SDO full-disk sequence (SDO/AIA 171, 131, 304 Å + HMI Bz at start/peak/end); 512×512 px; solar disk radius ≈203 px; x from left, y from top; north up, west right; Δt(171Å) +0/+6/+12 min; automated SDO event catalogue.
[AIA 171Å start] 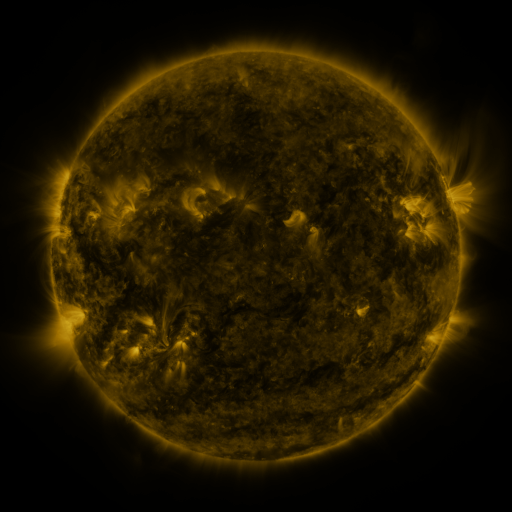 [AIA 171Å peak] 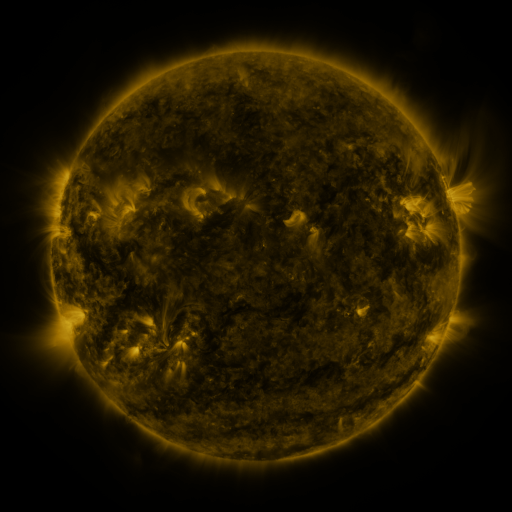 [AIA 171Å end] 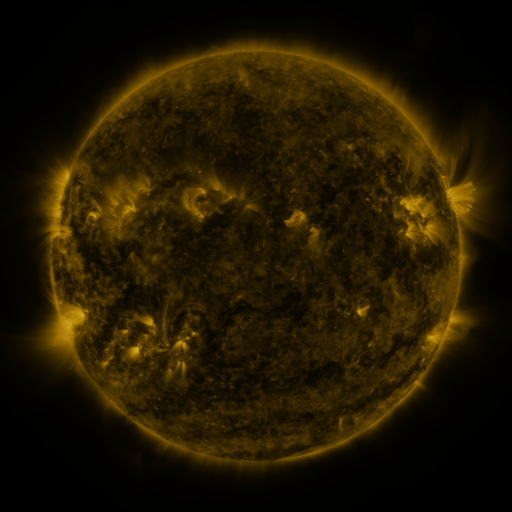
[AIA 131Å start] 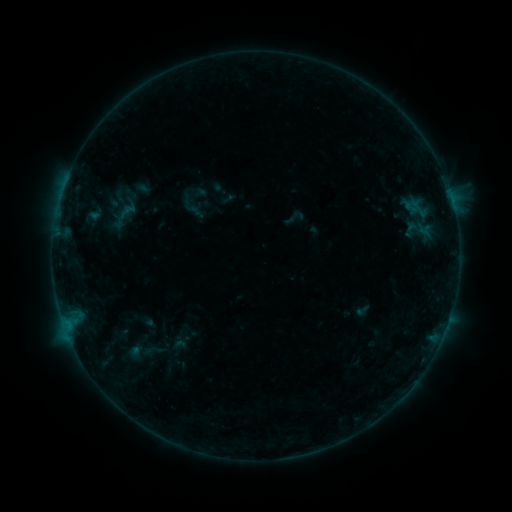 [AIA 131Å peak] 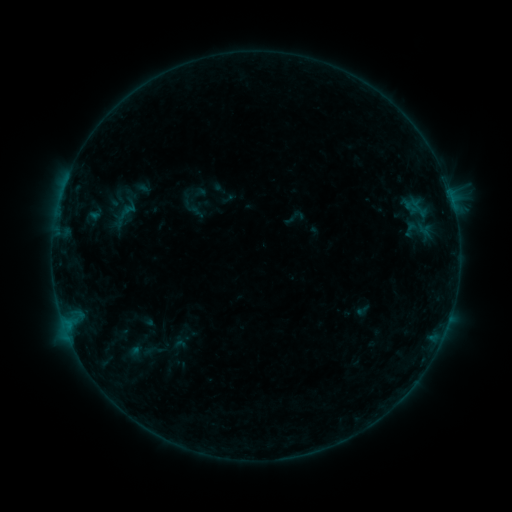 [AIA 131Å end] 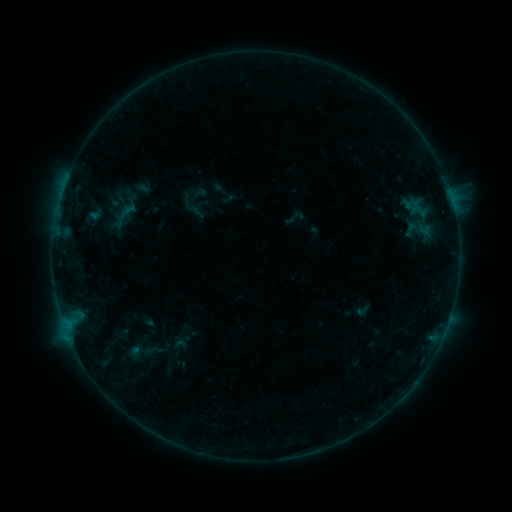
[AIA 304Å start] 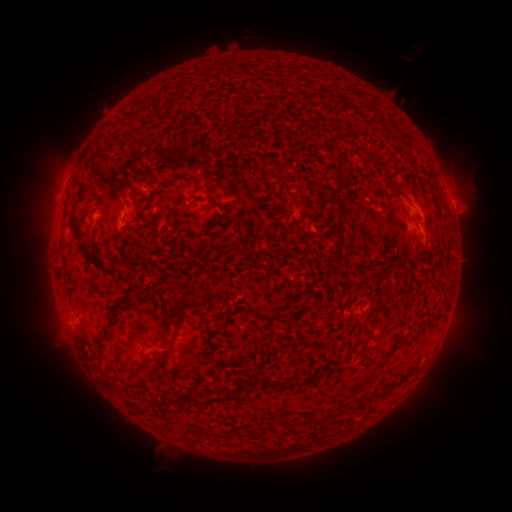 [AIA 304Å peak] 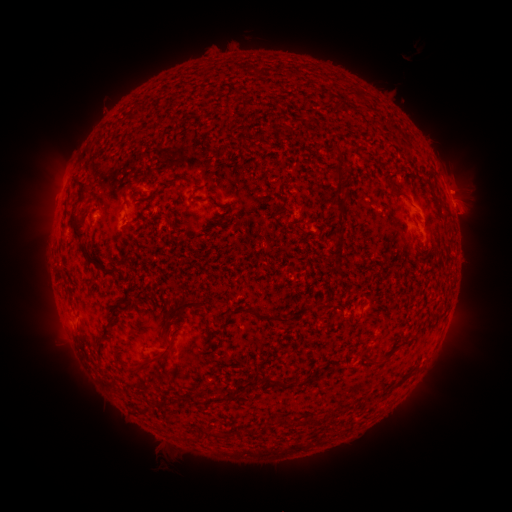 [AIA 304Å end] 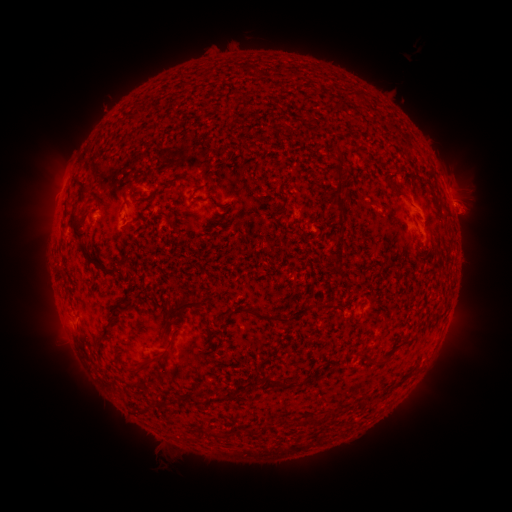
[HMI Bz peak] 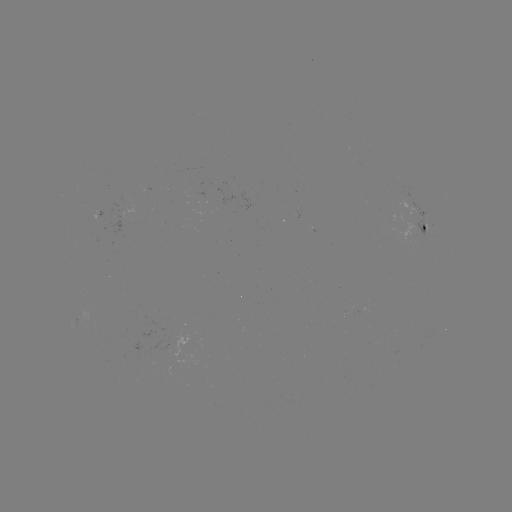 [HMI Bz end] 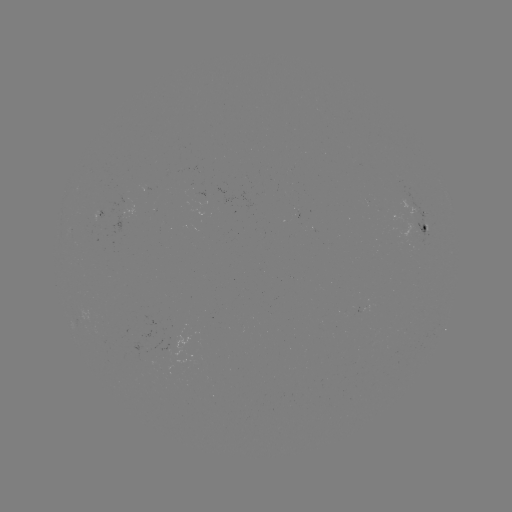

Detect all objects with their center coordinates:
eruption: (457, 185)
